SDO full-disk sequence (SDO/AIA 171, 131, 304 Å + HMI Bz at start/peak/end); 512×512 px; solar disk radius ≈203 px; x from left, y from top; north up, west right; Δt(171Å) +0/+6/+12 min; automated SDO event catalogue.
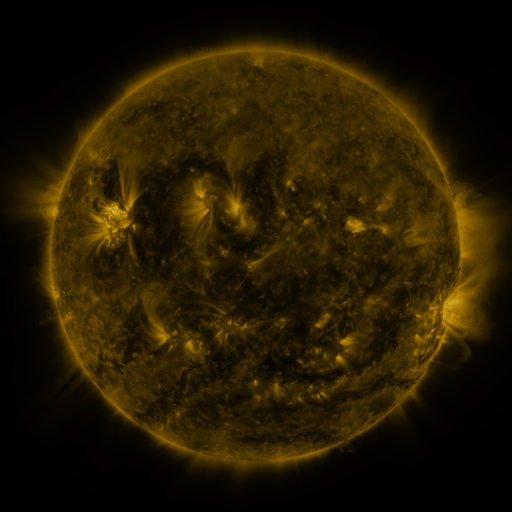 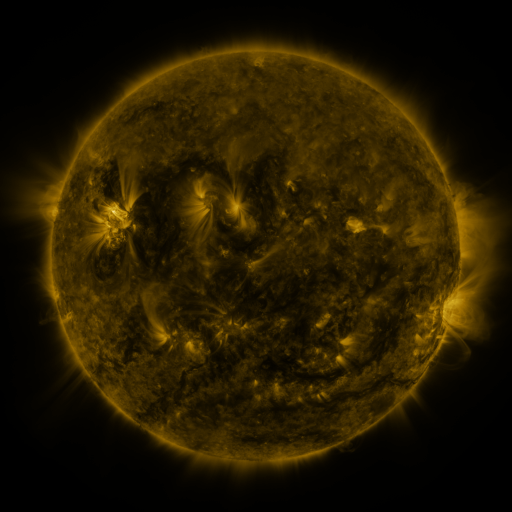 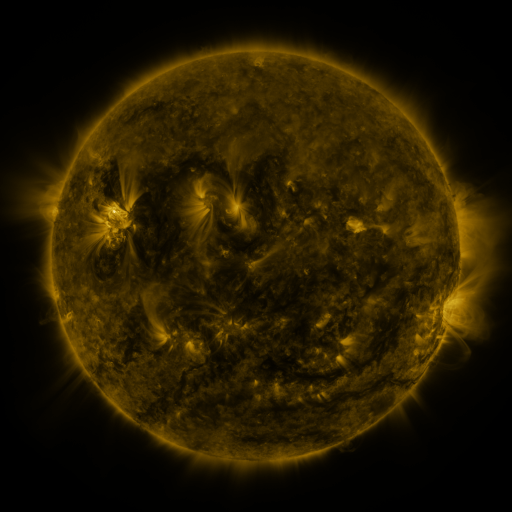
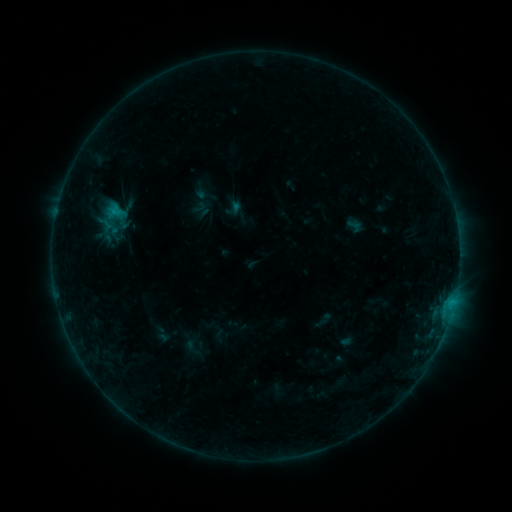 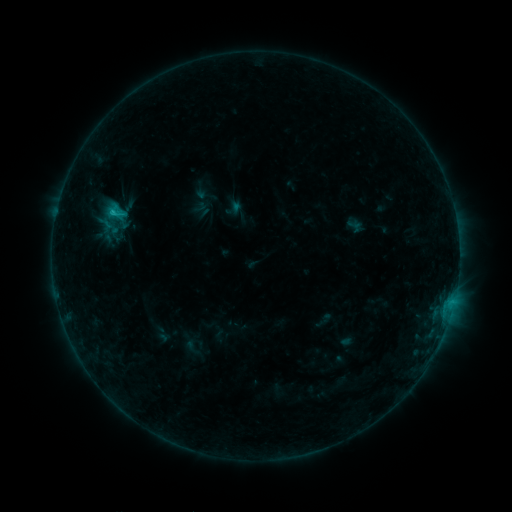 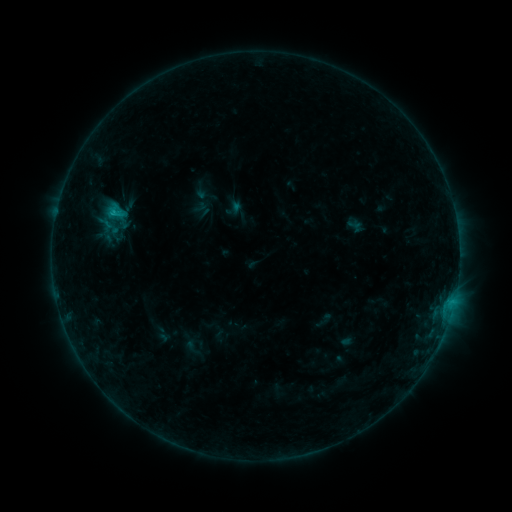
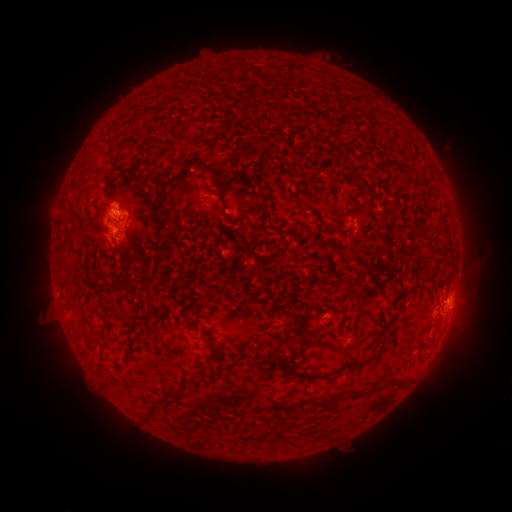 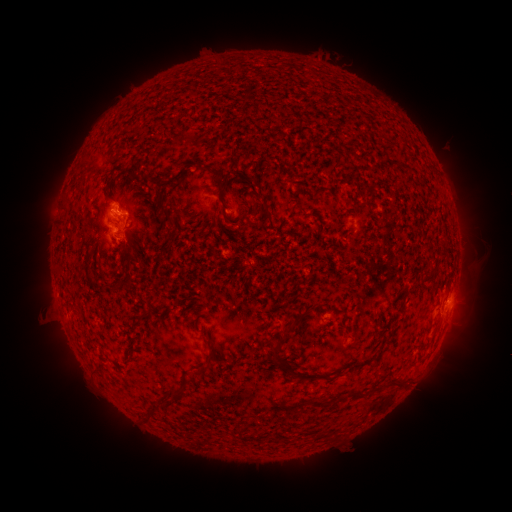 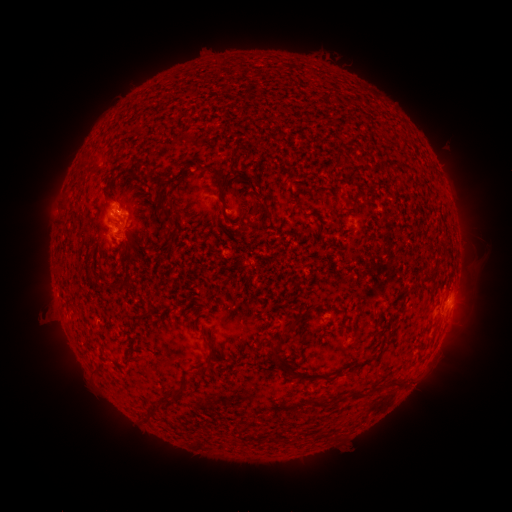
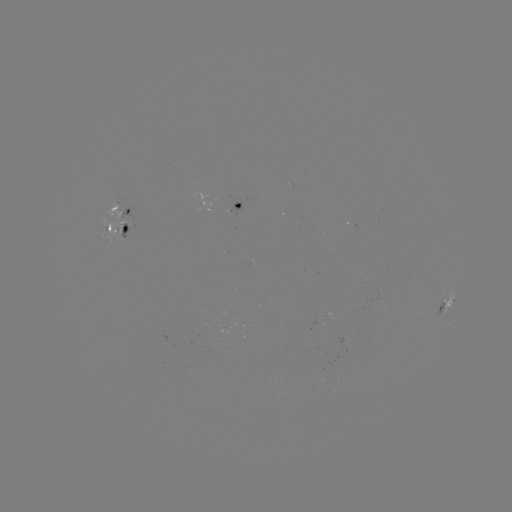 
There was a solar flare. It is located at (112, 215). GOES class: B6.9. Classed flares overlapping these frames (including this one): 1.